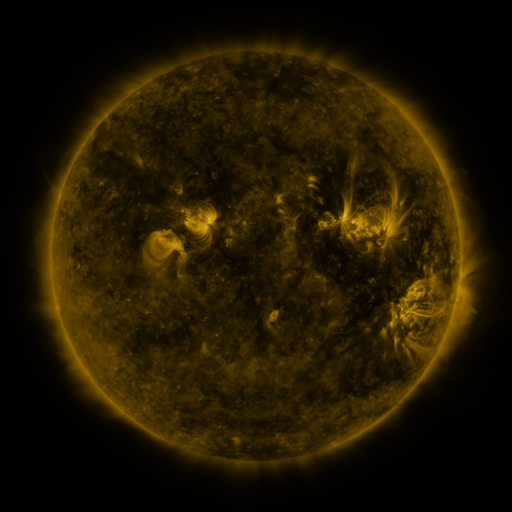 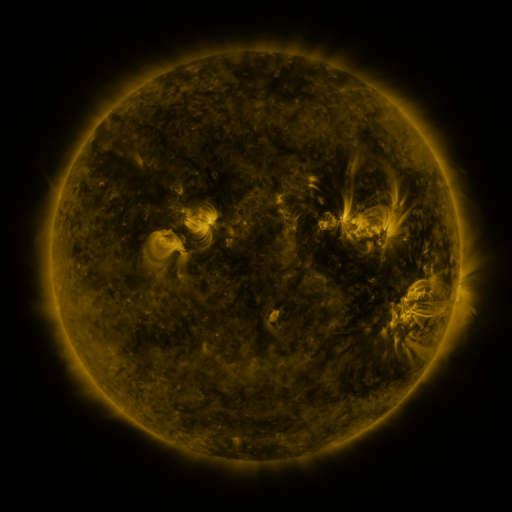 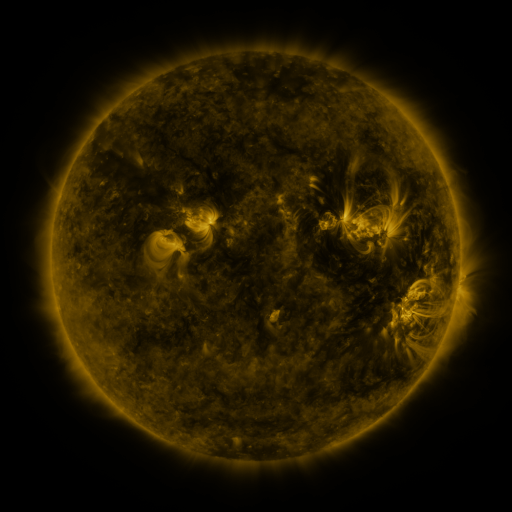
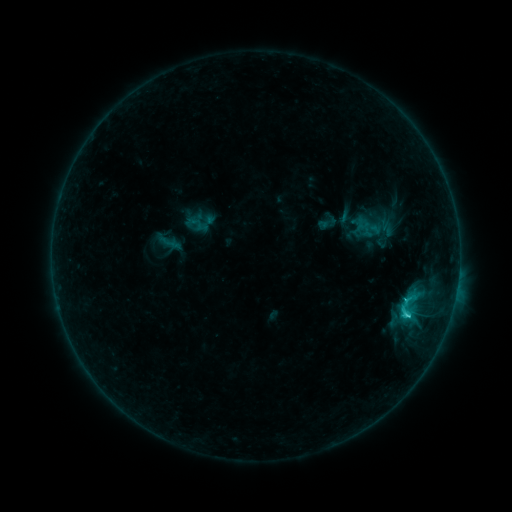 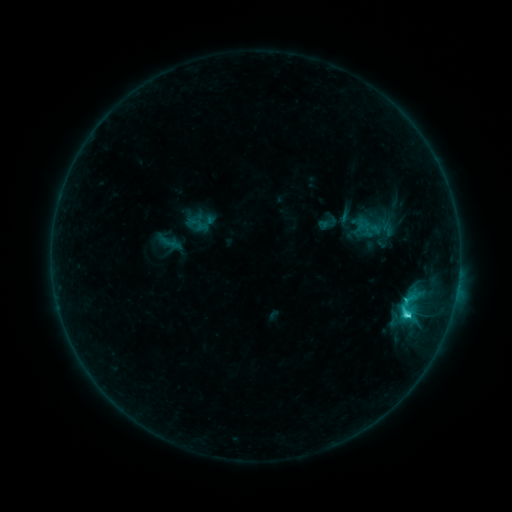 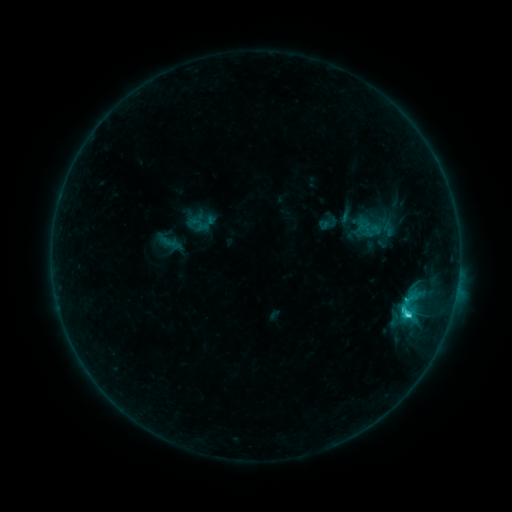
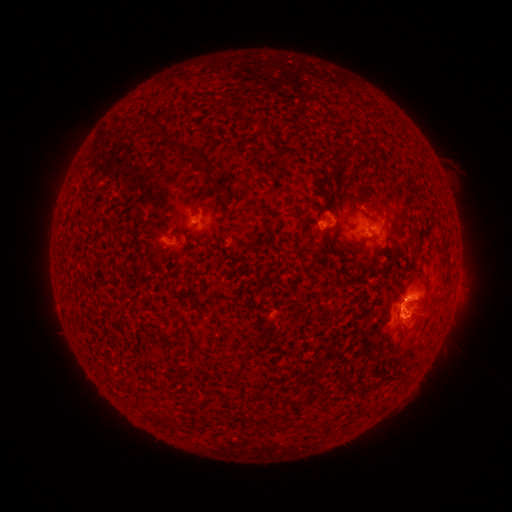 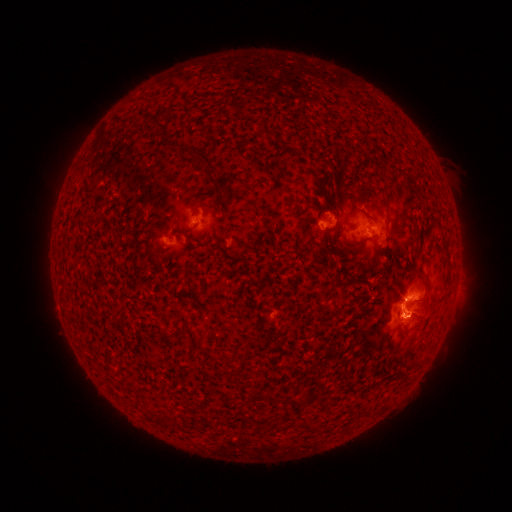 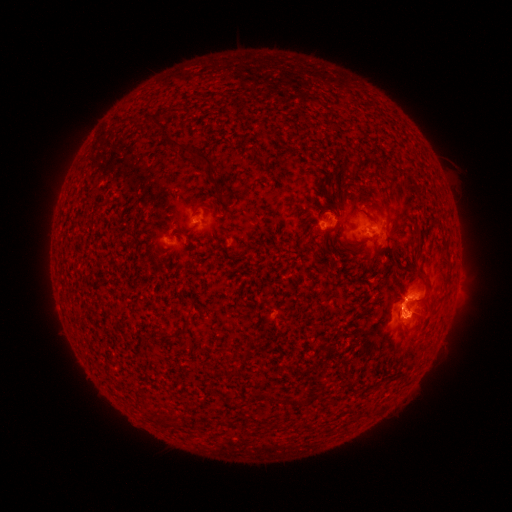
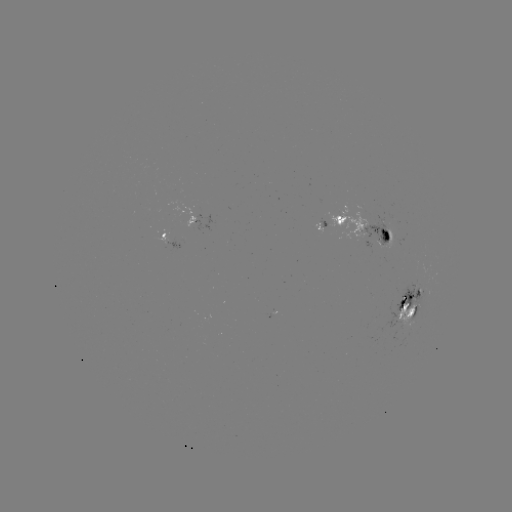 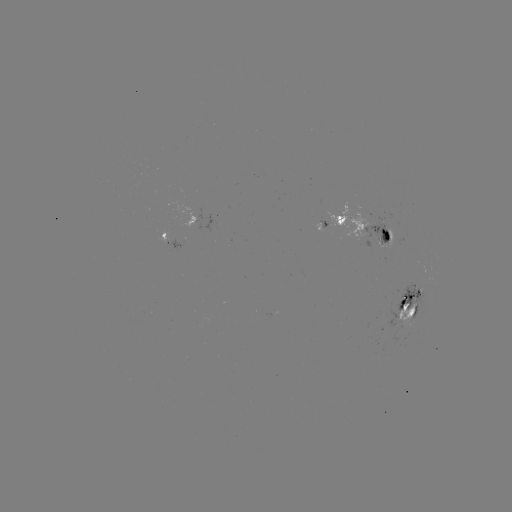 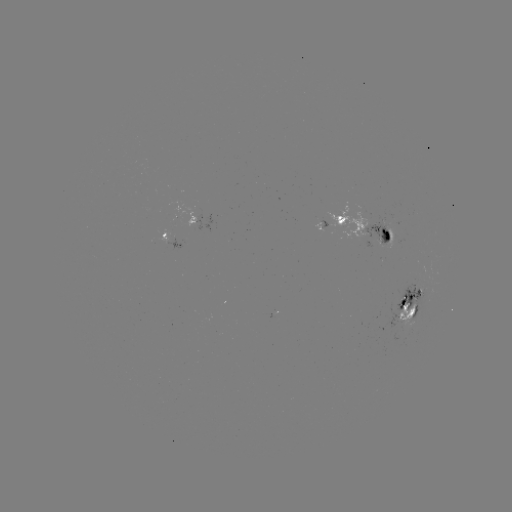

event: flare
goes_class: C3.0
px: (406, 314)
